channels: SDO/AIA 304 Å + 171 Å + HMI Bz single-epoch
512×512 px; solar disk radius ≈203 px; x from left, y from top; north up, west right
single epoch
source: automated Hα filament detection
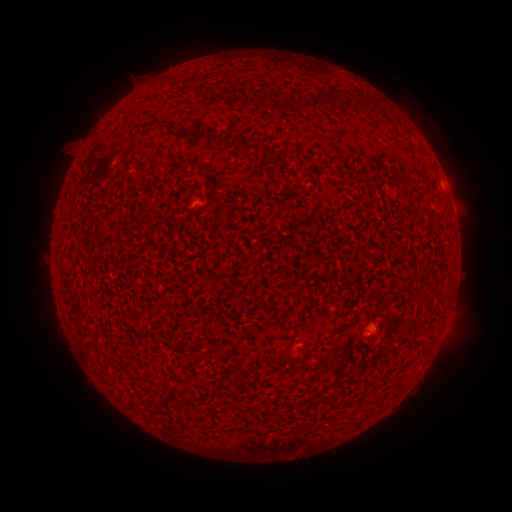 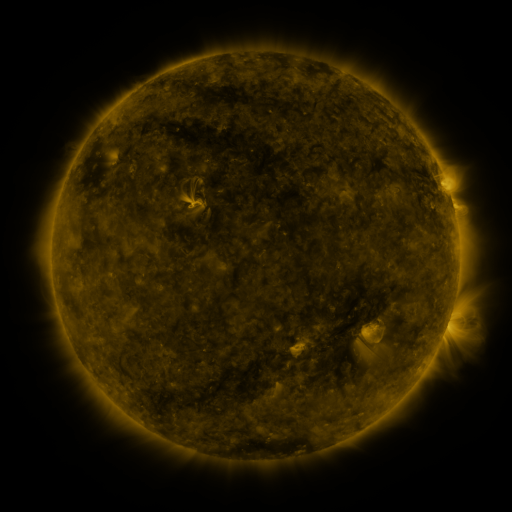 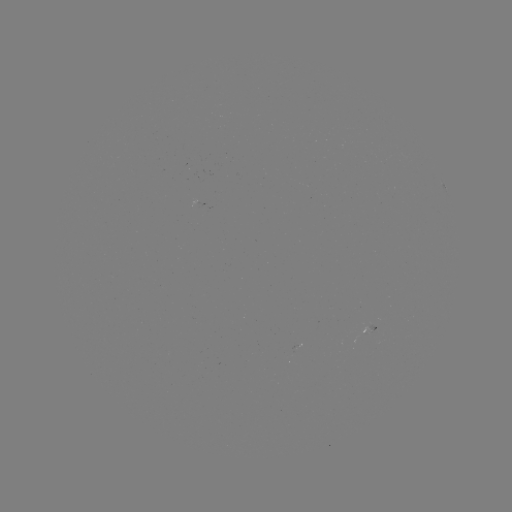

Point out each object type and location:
filament: (216, 81, 234, 90)
filament: (311, 93, 340, 113)
filament: (260, 94, 270, 107)
filament: (277, 100, 297, 113)
filament: (207, 134, 220, 143)
filament: (222, 138, 231, 147)
filament: (240, 138, 252, 155)
filament: (254, 142, 264, 155)
filament: (276, 170, 290, 181)
